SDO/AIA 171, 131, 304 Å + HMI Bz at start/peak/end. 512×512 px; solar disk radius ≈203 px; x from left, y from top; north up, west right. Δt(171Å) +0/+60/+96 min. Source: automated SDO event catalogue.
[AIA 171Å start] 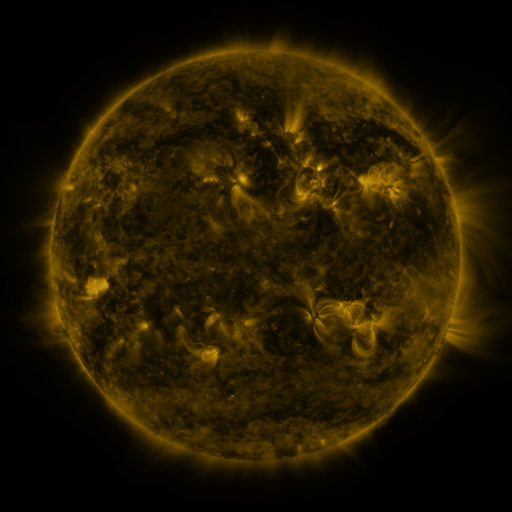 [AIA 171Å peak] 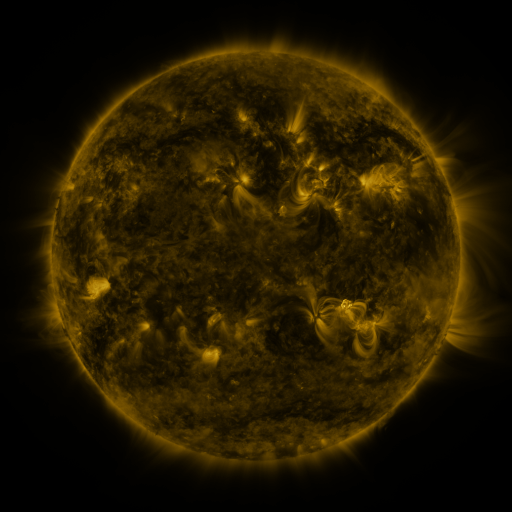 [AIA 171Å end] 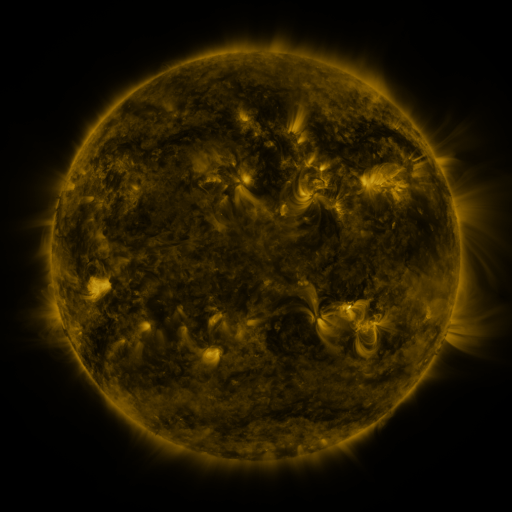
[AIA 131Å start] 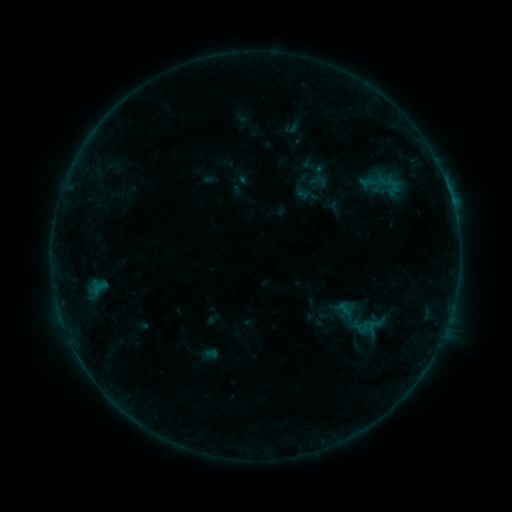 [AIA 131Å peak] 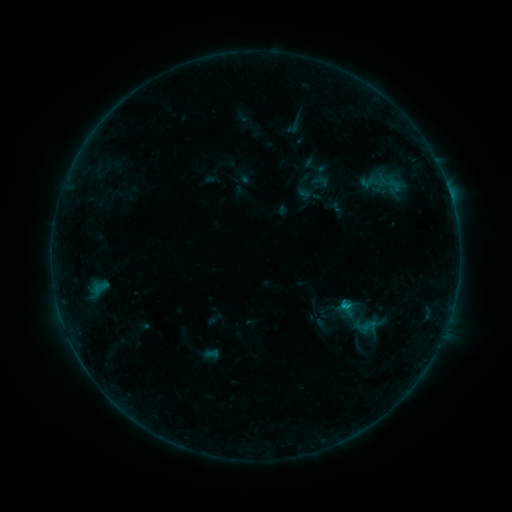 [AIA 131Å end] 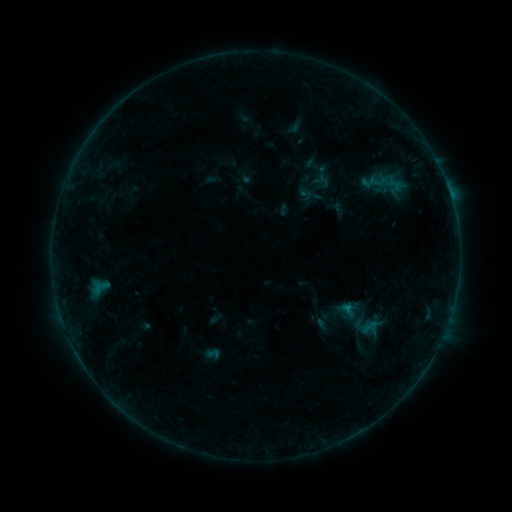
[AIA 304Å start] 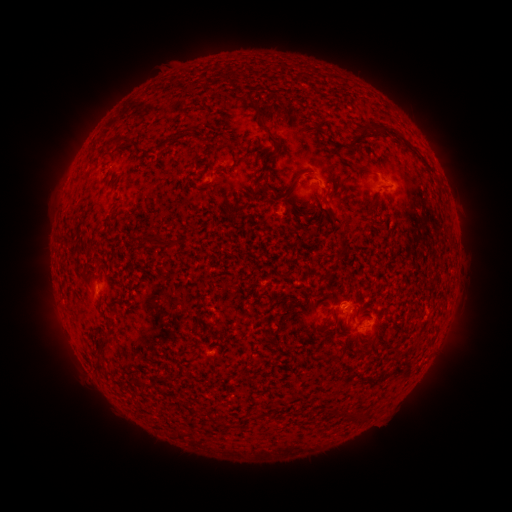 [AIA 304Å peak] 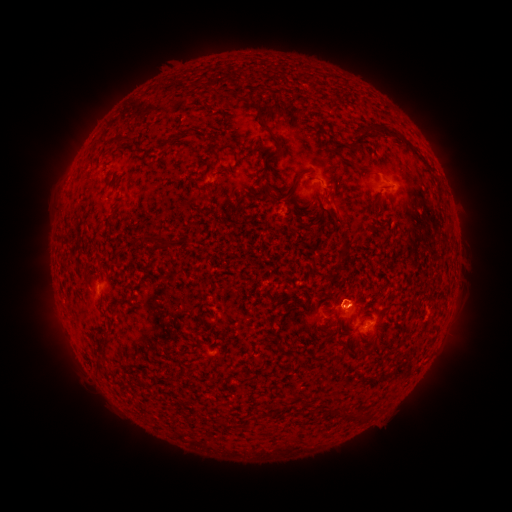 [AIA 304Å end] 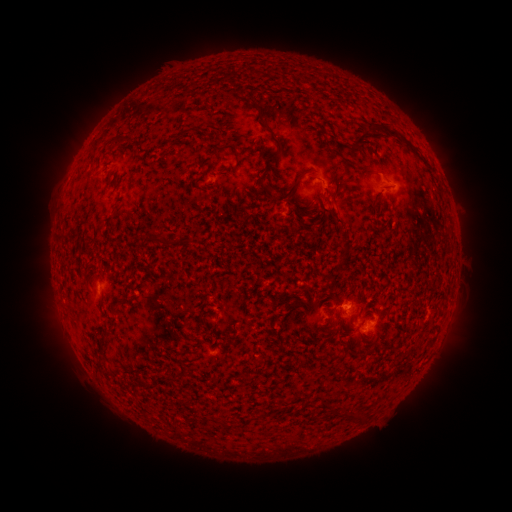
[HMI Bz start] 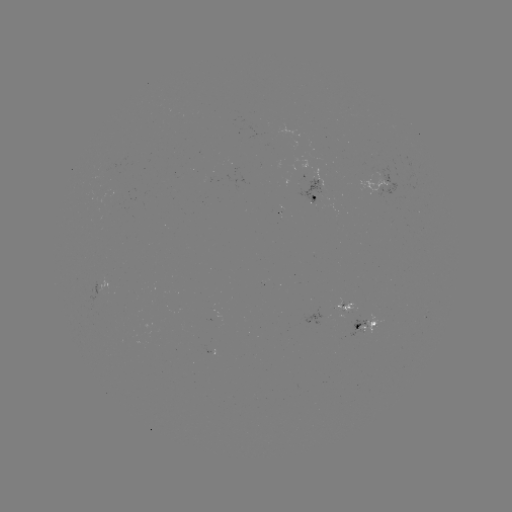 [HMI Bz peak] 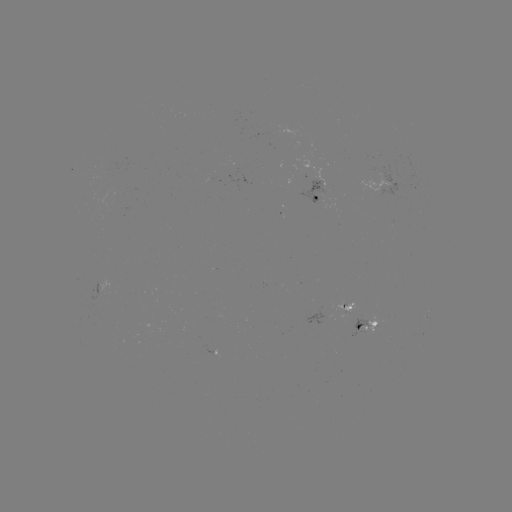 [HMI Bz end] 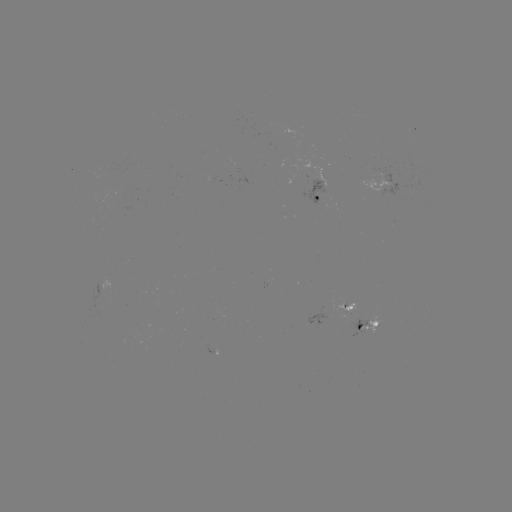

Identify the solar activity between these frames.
emerging-flux region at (348, 310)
